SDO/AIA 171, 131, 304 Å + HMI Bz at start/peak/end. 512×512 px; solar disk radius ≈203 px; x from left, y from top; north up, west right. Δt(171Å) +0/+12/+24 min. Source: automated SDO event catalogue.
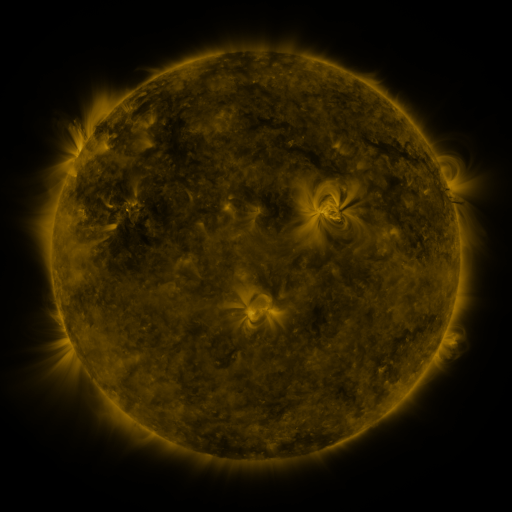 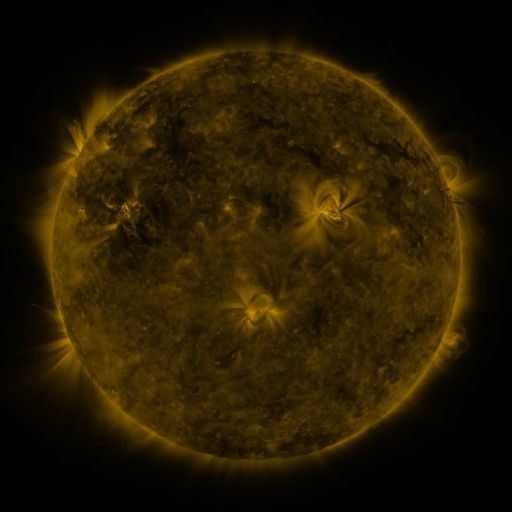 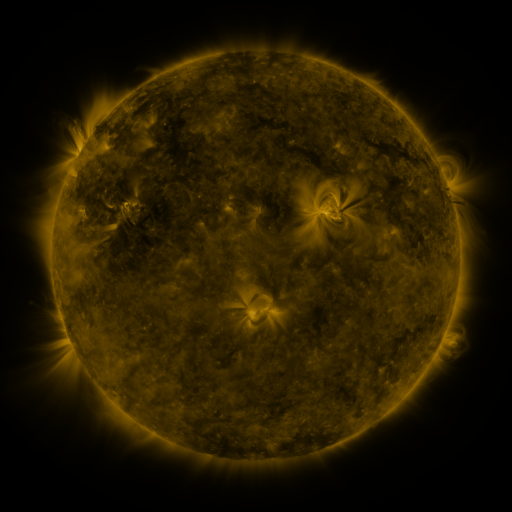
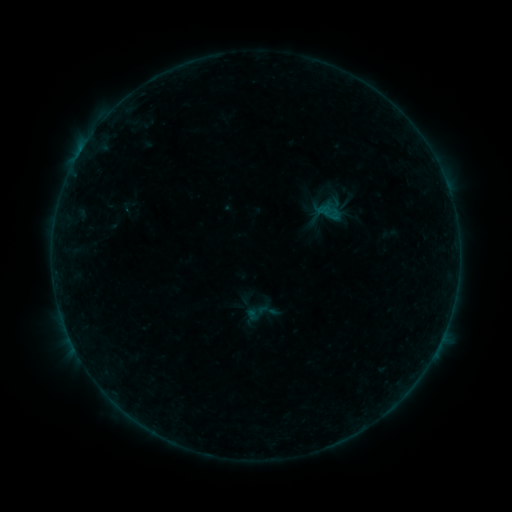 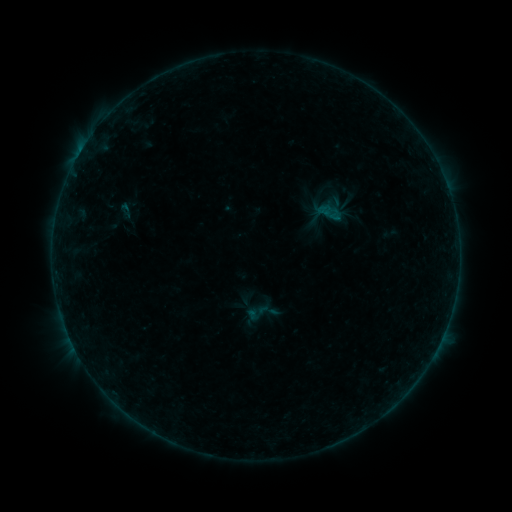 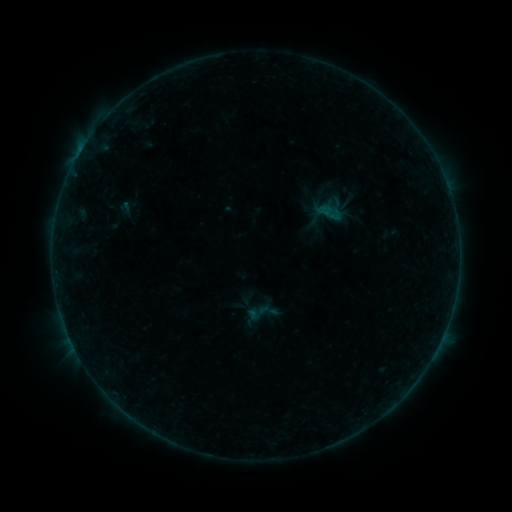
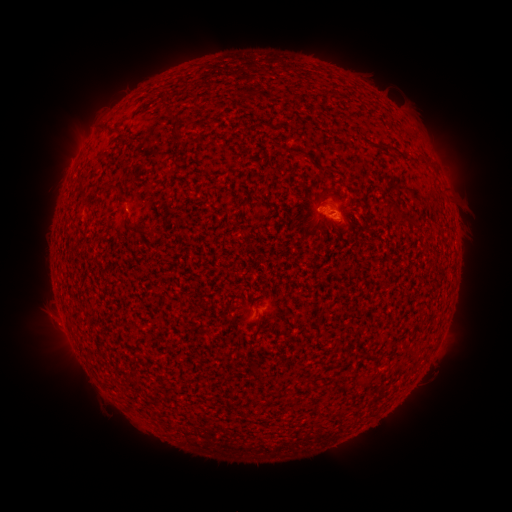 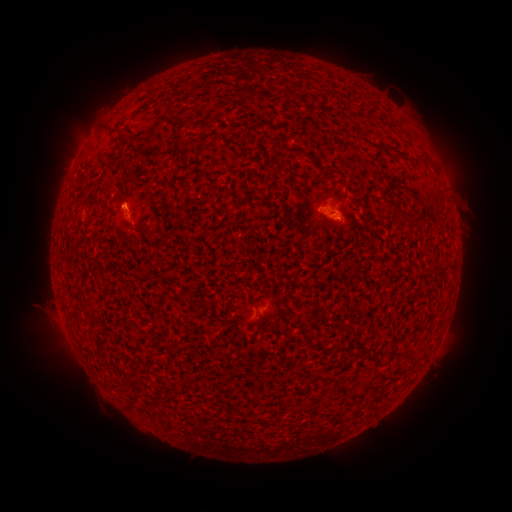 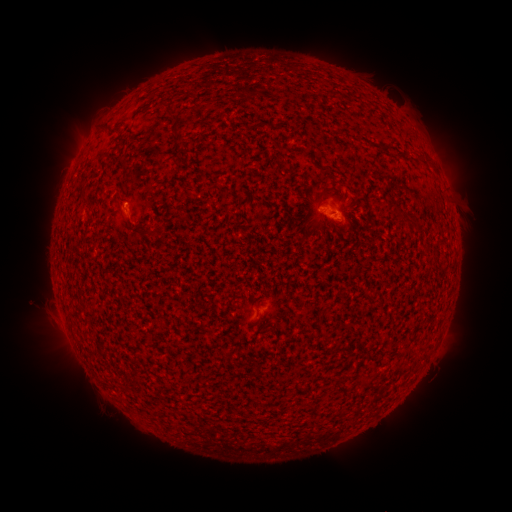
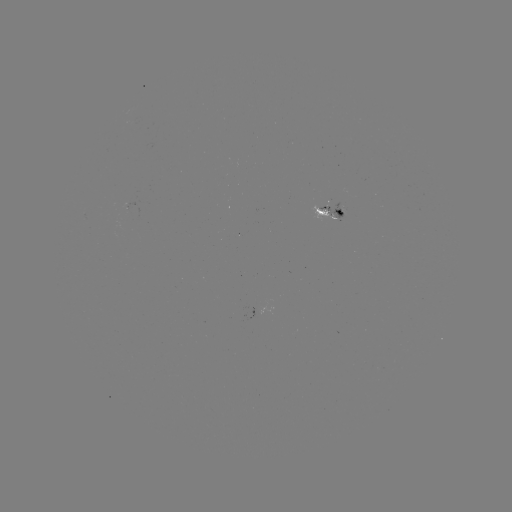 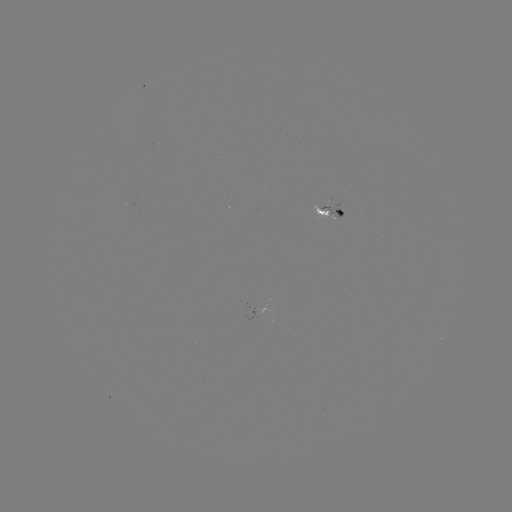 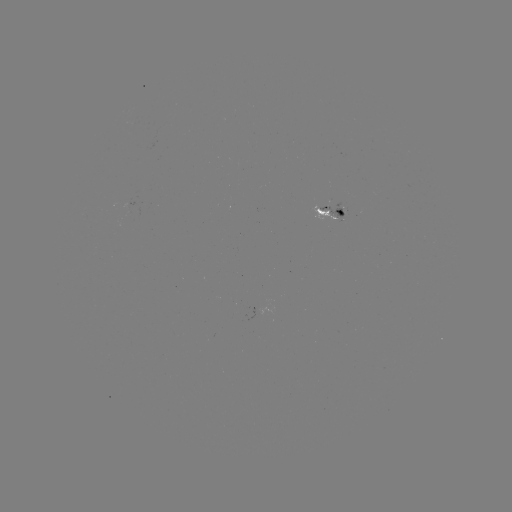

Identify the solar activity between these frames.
eruption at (125, 212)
